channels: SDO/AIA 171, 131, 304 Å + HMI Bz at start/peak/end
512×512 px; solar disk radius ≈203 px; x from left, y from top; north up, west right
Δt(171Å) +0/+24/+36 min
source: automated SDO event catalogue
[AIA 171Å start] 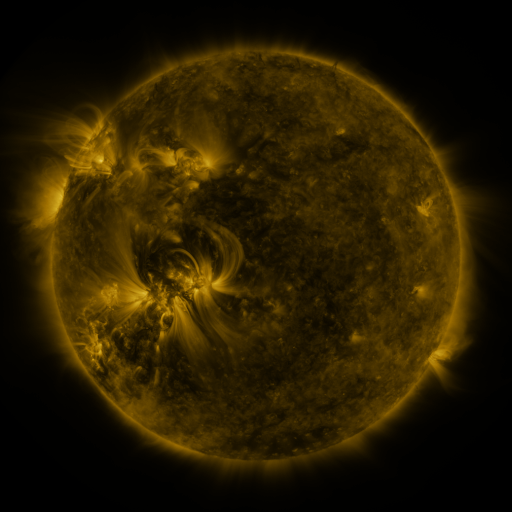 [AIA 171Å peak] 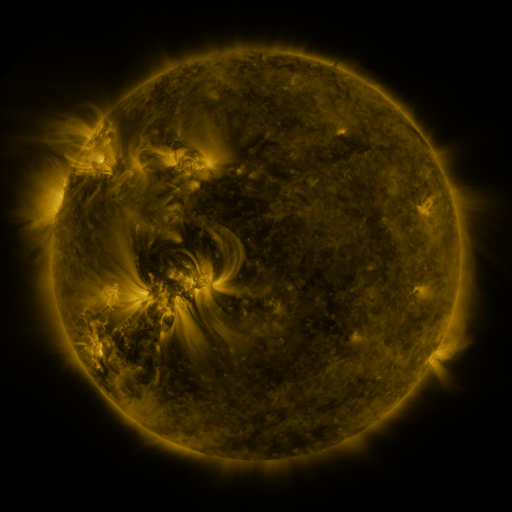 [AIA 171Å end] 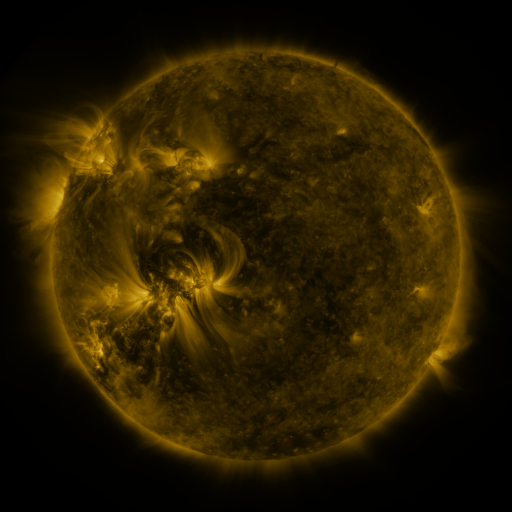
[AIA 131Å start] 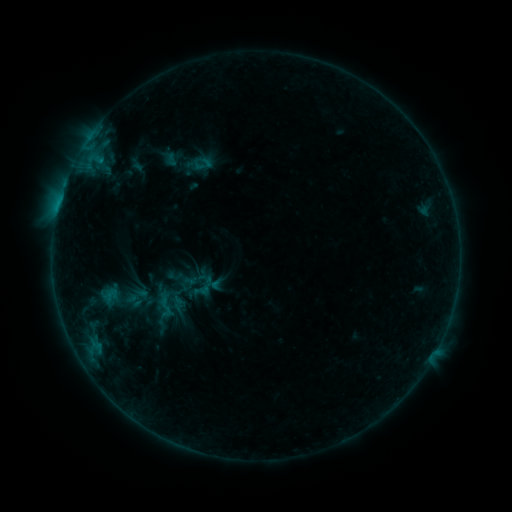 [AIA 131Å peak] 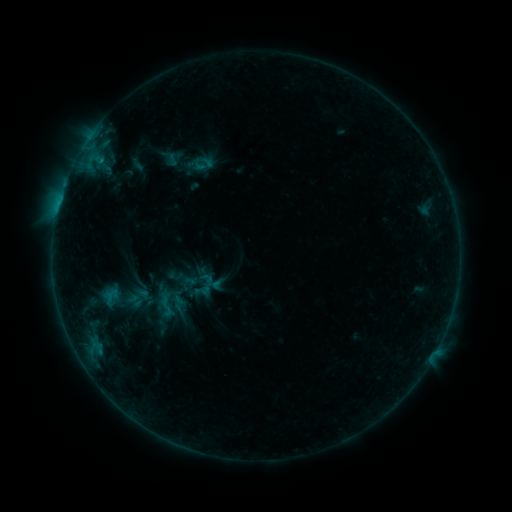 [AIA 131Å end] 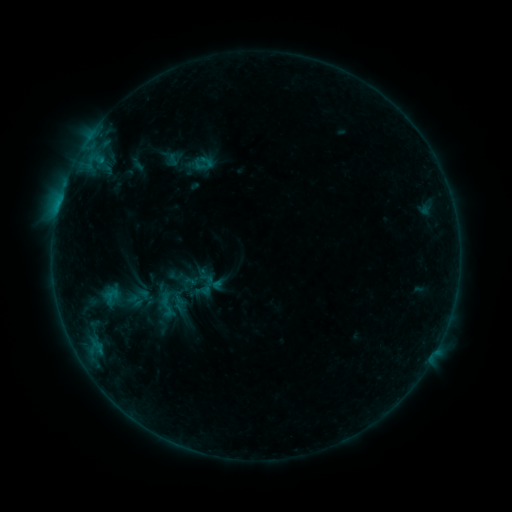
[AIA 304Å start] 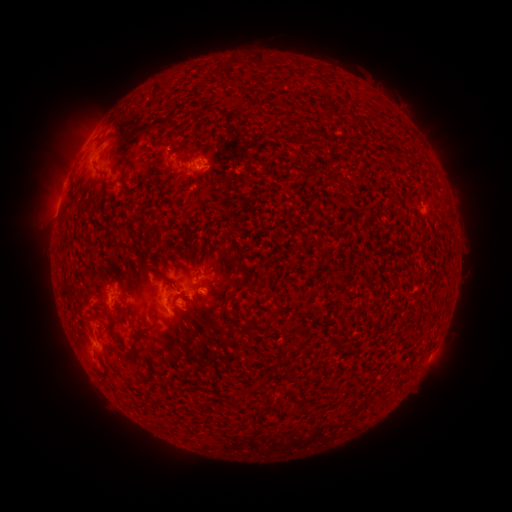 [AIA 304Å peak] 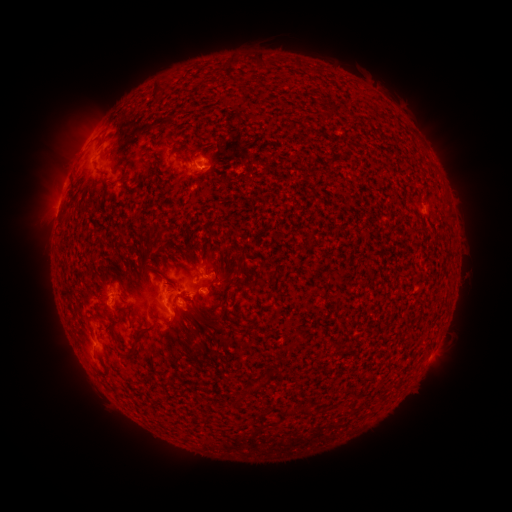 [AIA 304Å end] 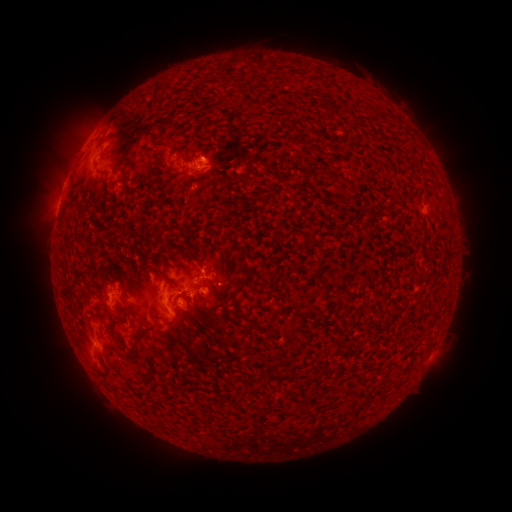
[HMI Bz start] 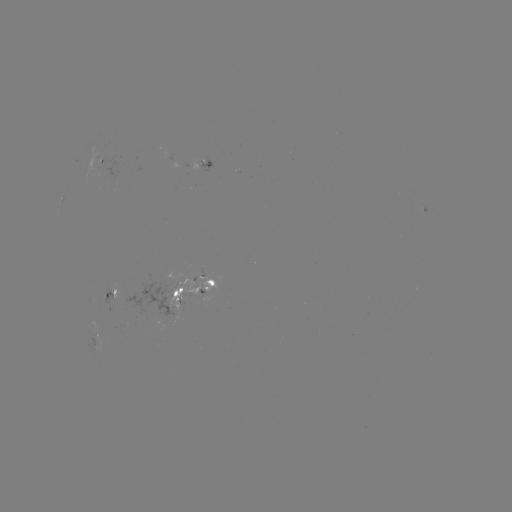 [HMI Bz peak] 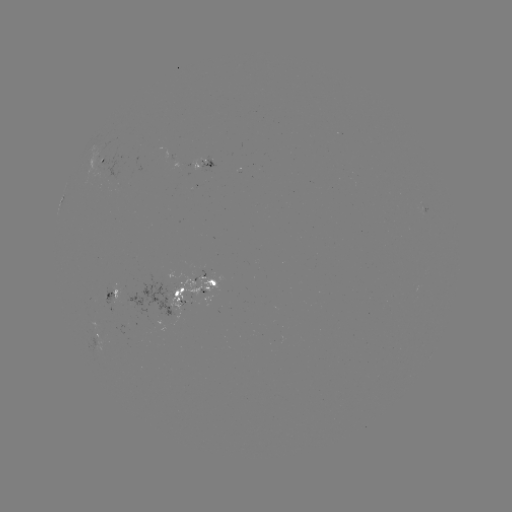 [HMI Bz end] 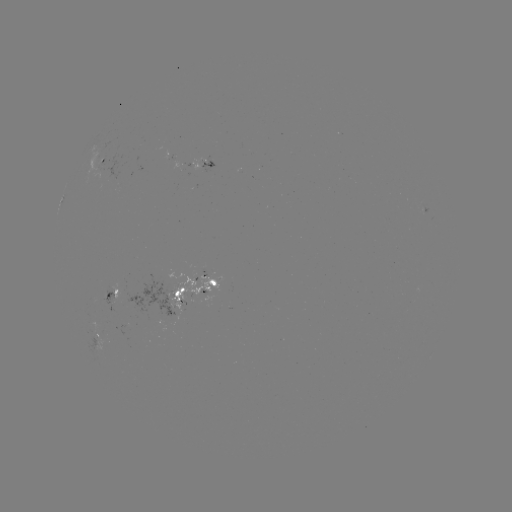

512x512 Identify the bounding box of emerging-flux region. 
[118, 275, 182, 319].